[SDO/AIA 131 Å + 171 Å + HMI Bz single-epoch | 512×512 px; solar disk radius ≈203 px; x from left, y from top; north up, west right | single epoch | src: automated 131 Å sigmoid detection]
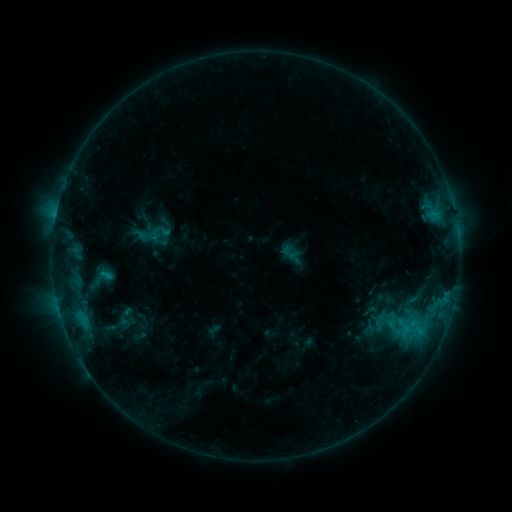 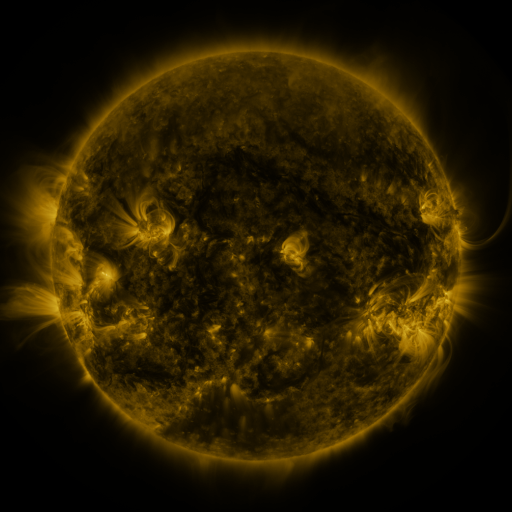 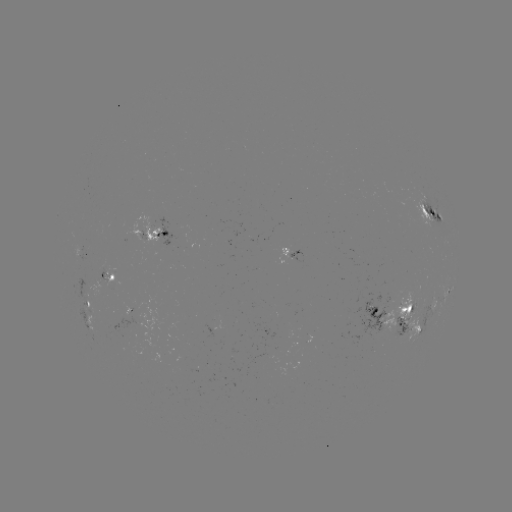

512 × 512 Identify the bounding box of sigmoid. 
[384, 319, 403, 338].